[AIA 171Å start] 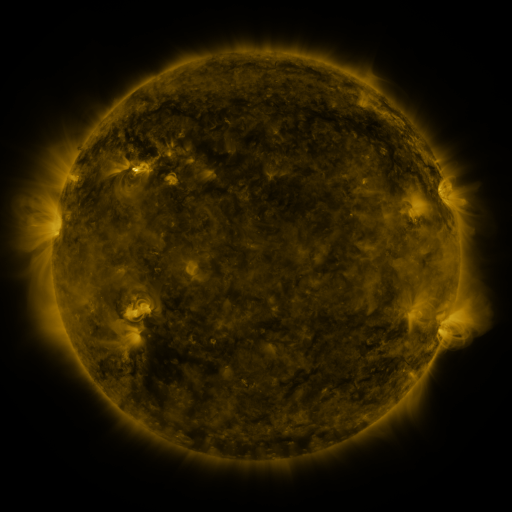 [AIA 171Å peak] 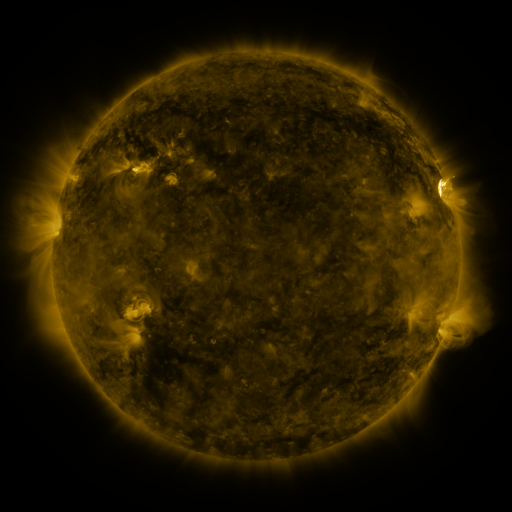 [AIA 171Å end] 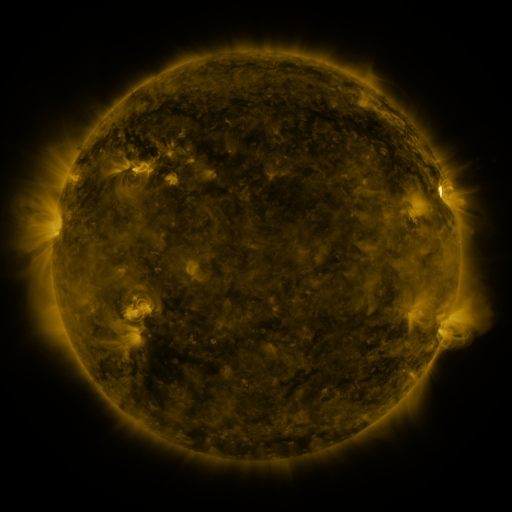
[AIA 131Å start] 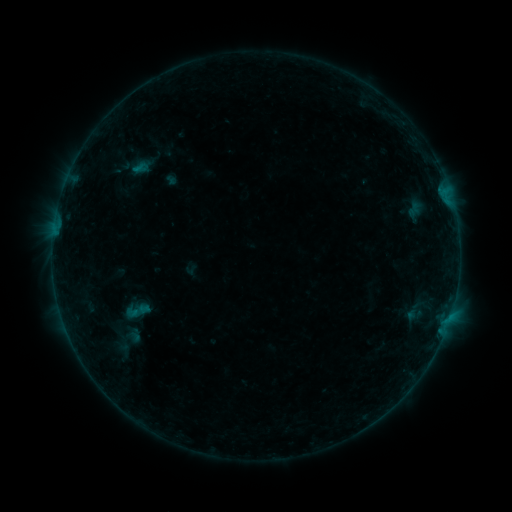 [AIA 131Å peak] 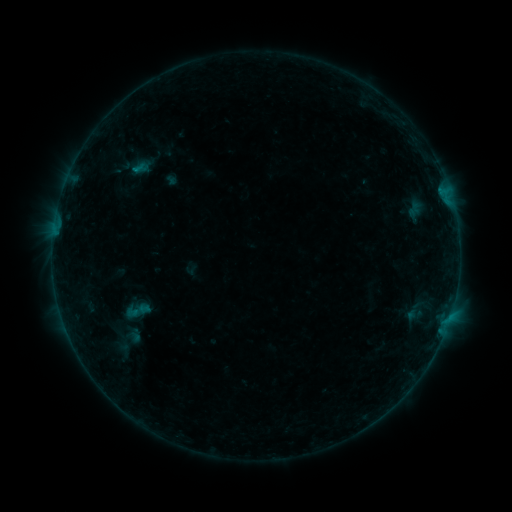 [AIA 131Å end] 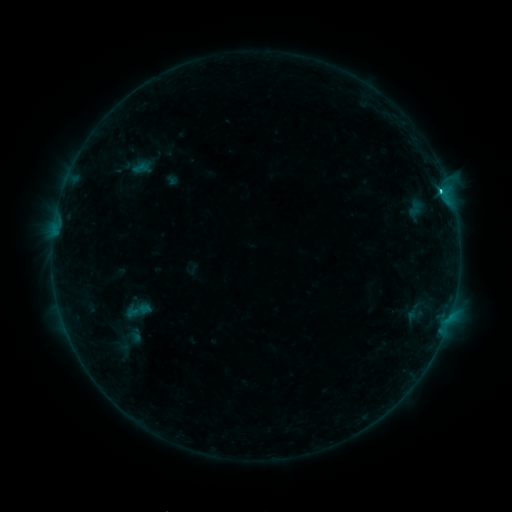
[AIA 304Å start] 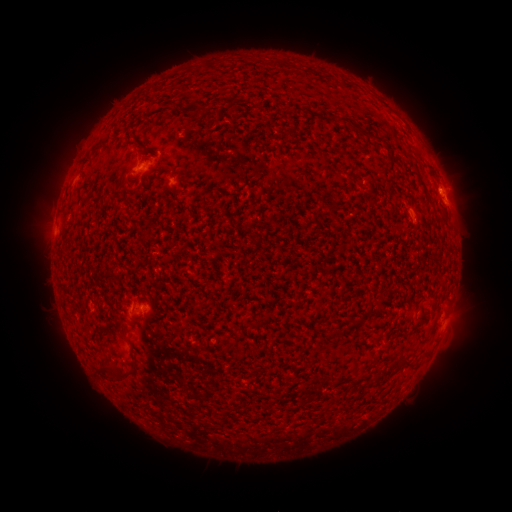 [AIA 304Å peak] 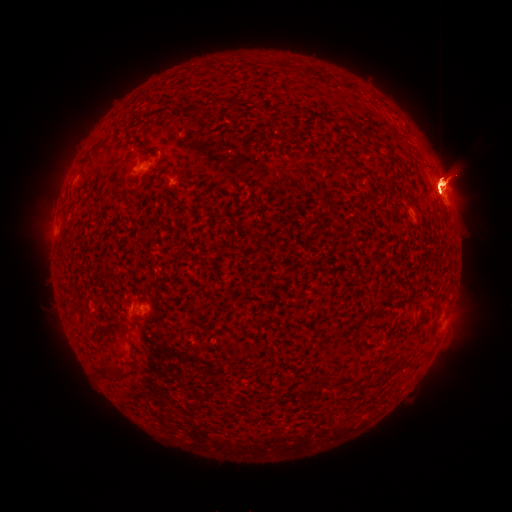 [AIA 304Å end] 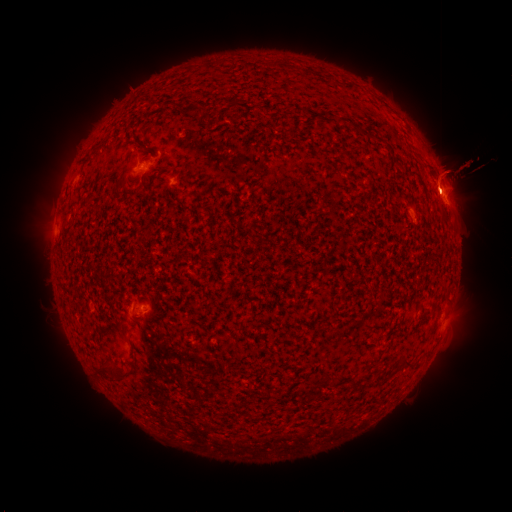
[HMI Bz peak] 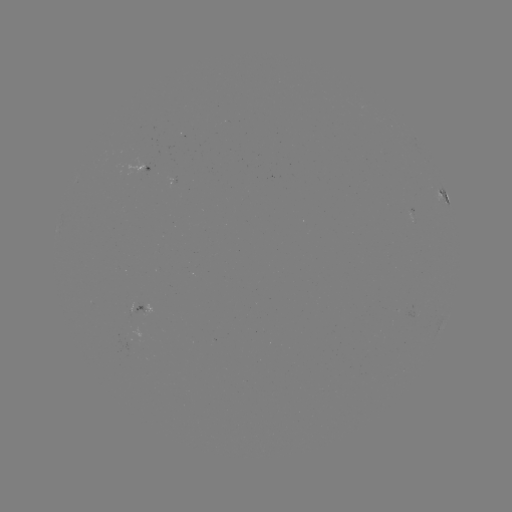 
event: eruption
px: (77, 352)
